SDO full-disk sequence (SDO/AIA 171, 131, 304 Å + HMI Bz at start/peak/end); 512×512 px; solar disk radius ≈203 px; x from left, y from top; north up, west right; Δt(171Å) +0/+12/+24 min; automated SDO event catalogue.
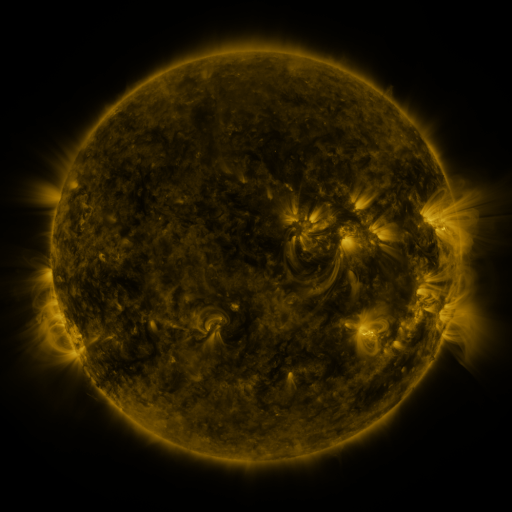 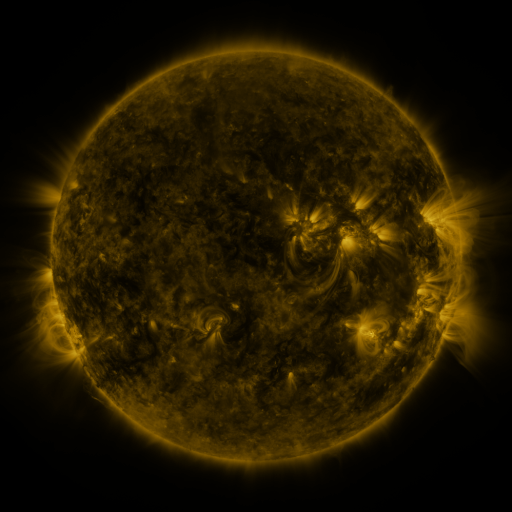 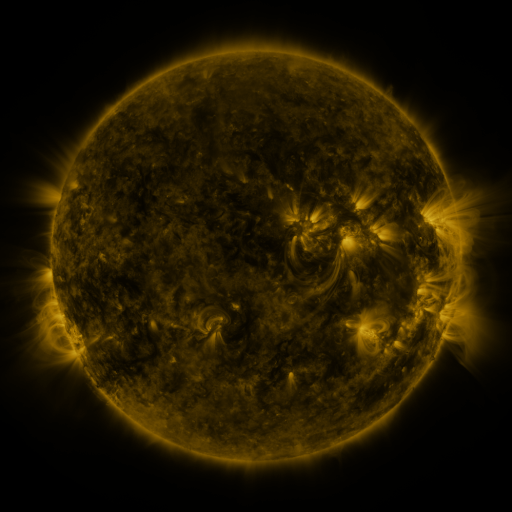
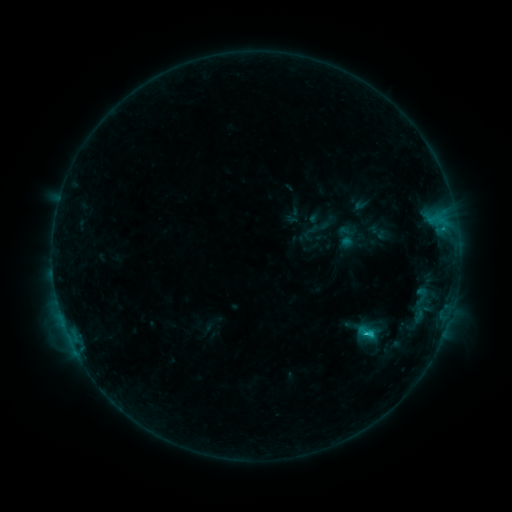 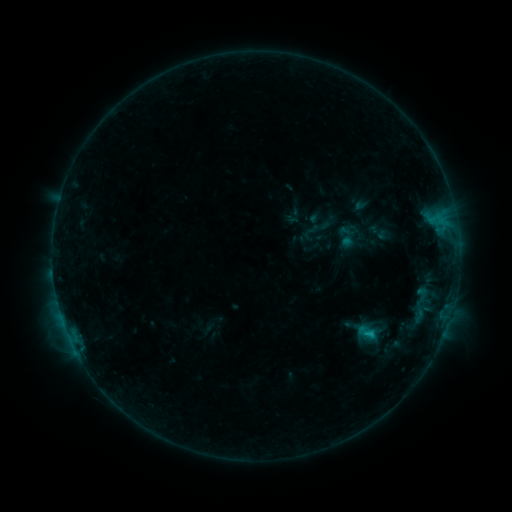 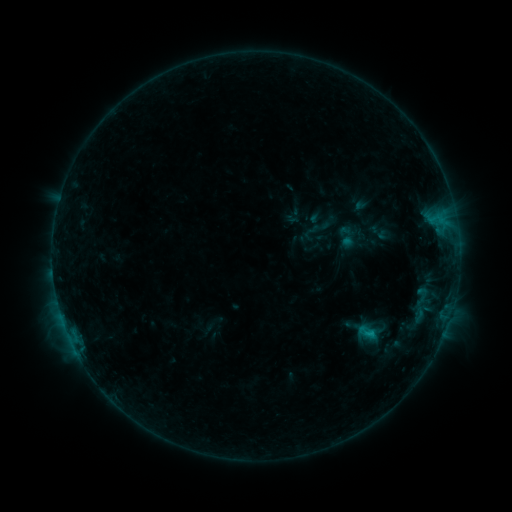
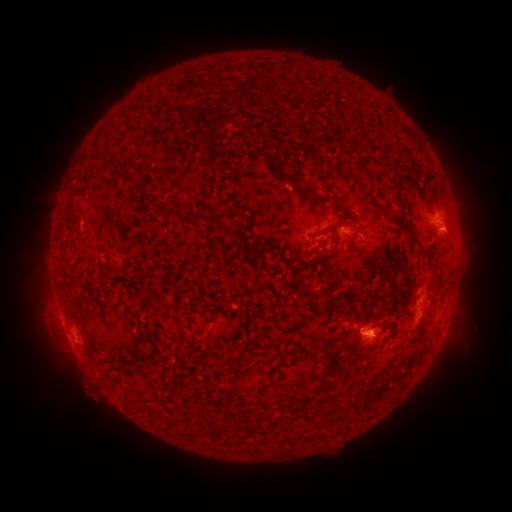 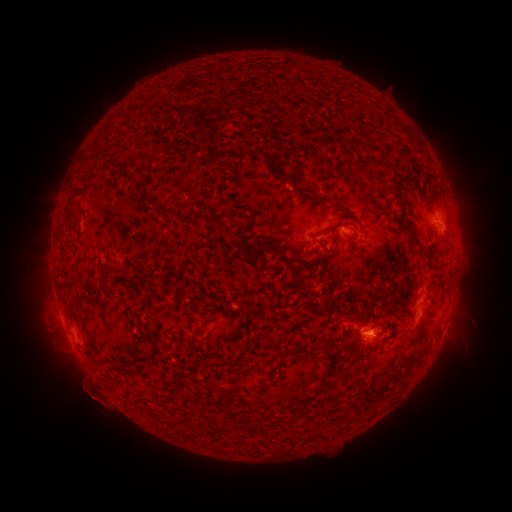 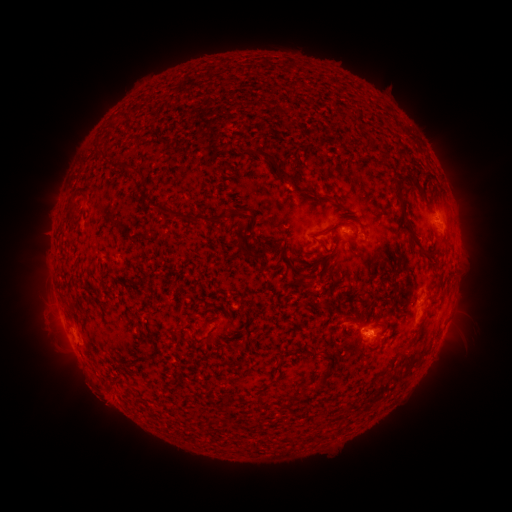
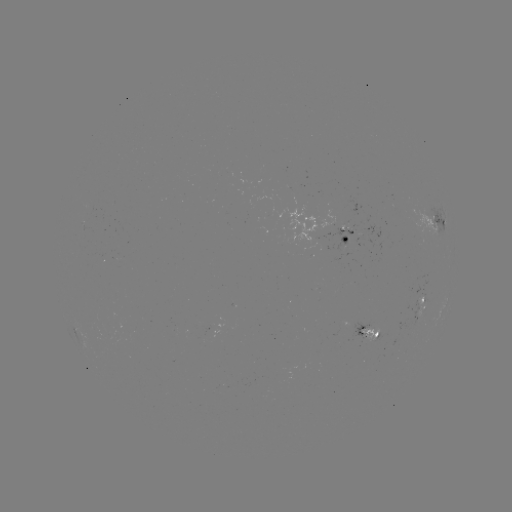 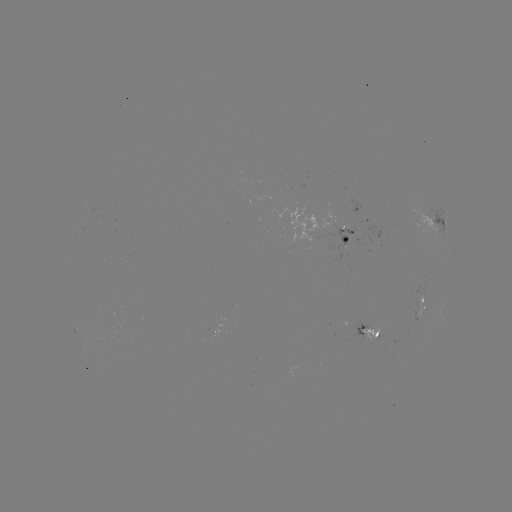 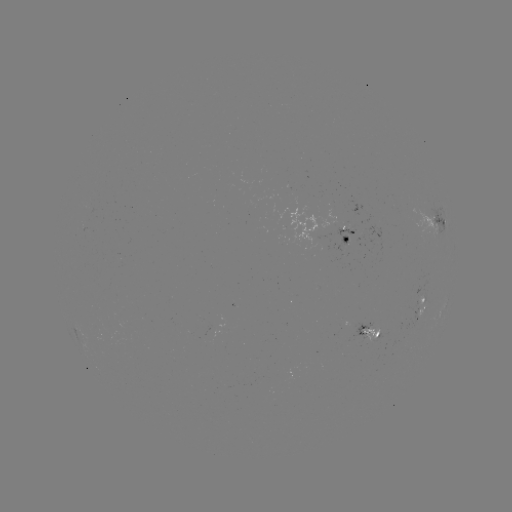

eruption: <bbox>56, 359, 123, 428</bbox>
